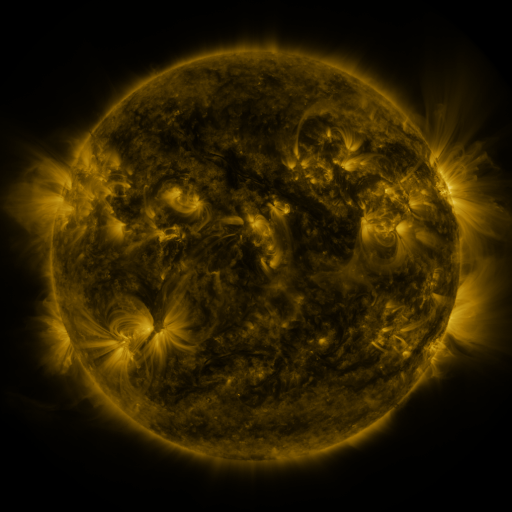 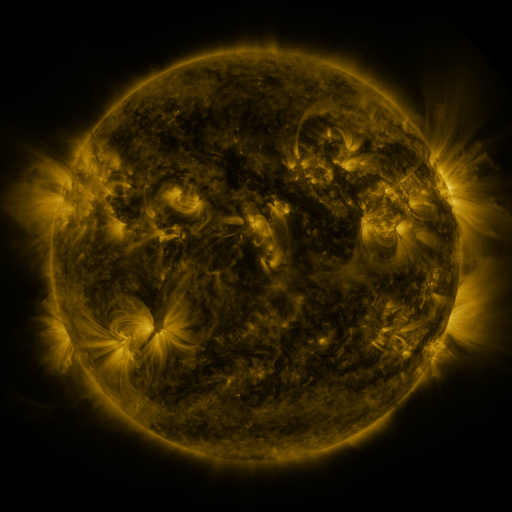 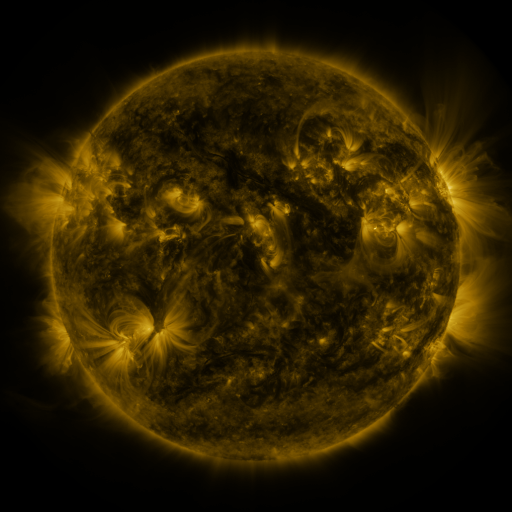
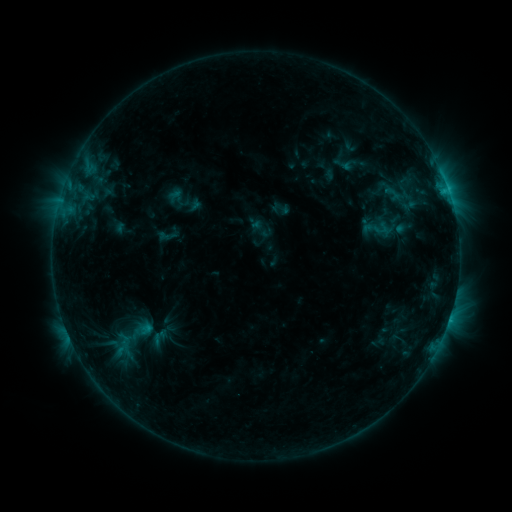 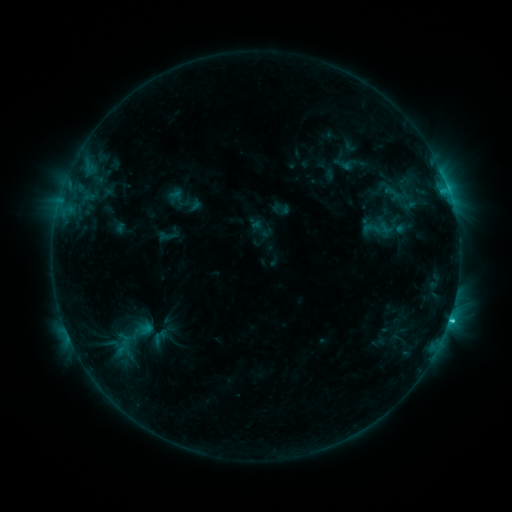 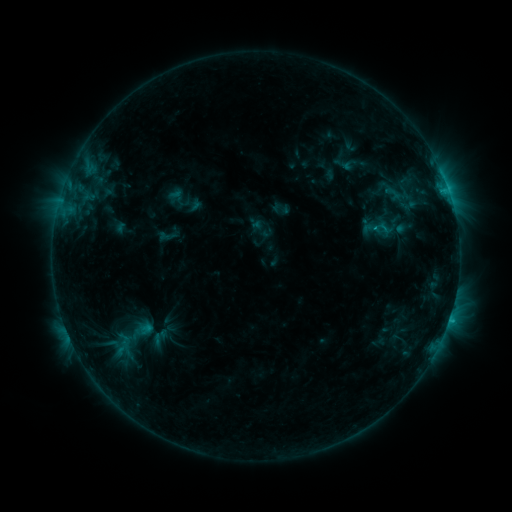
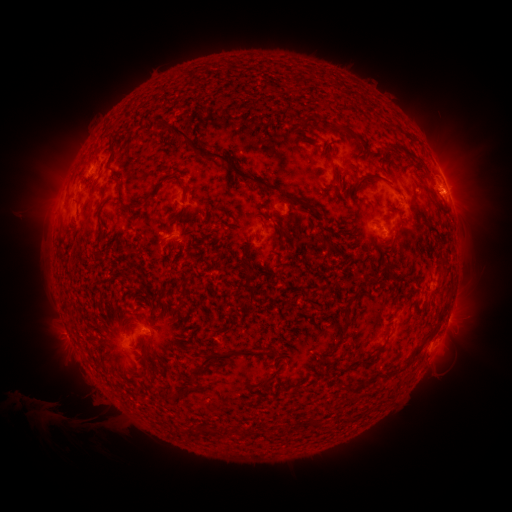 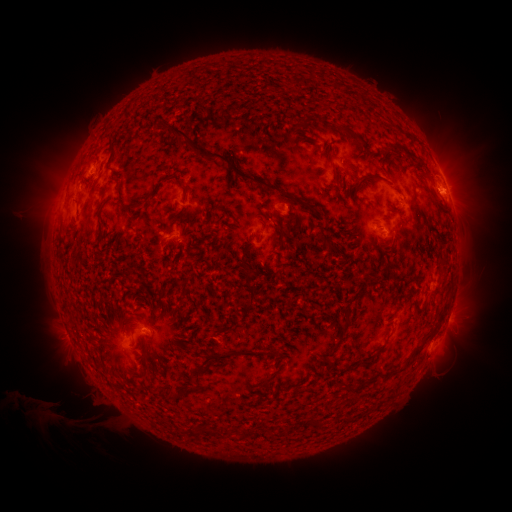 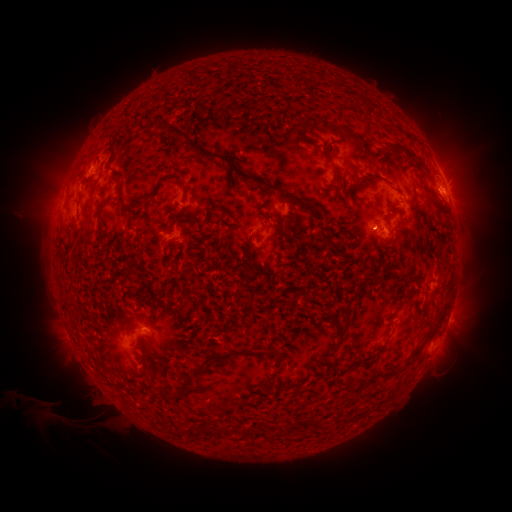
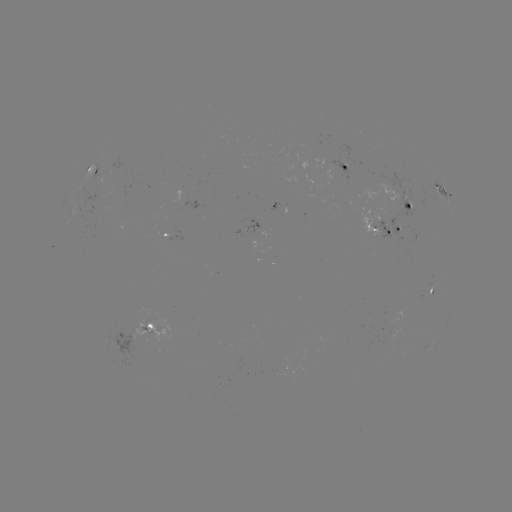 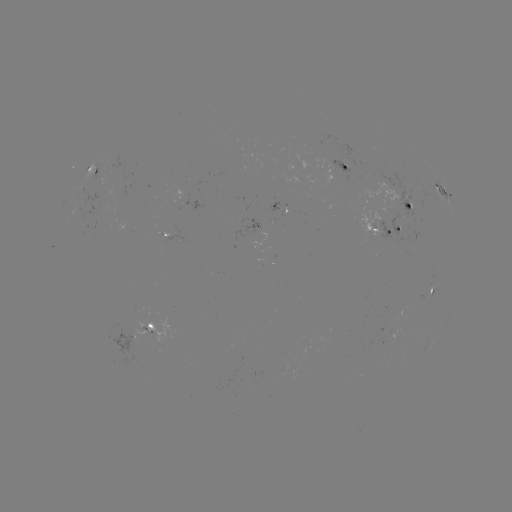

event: flare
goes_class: C1.6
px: (449, 319)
